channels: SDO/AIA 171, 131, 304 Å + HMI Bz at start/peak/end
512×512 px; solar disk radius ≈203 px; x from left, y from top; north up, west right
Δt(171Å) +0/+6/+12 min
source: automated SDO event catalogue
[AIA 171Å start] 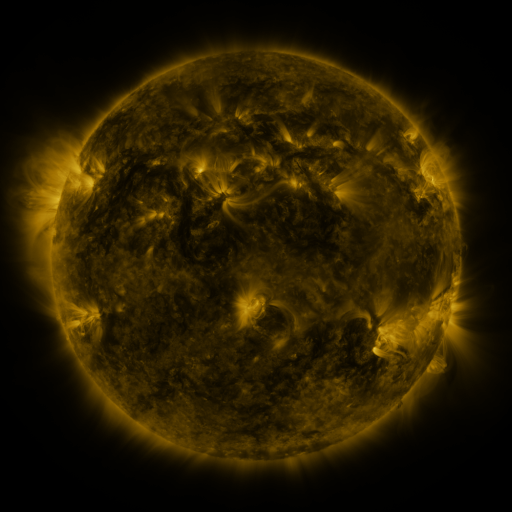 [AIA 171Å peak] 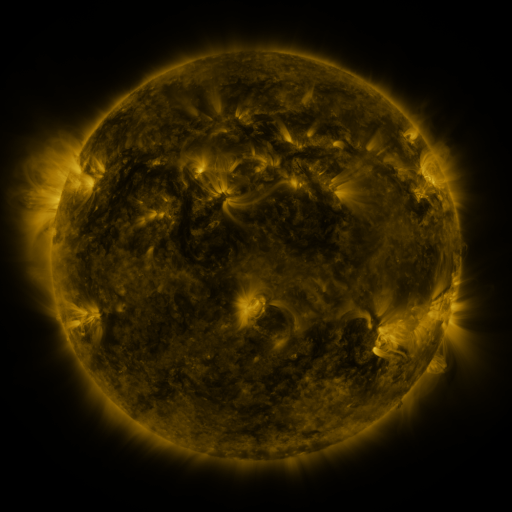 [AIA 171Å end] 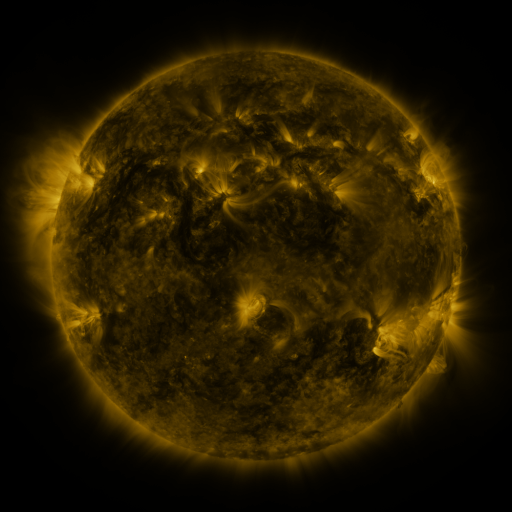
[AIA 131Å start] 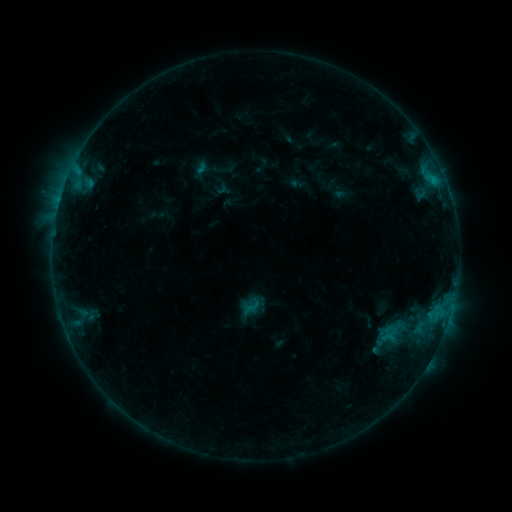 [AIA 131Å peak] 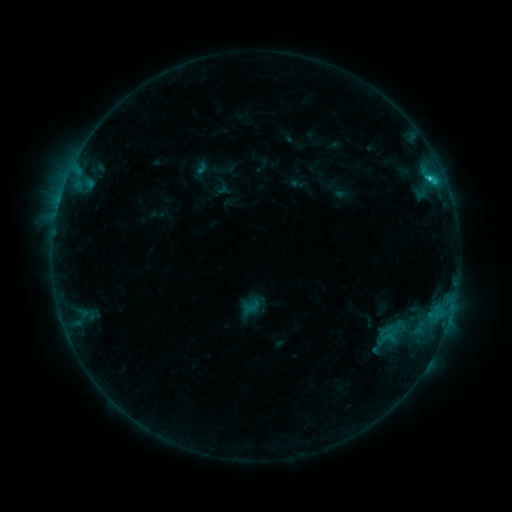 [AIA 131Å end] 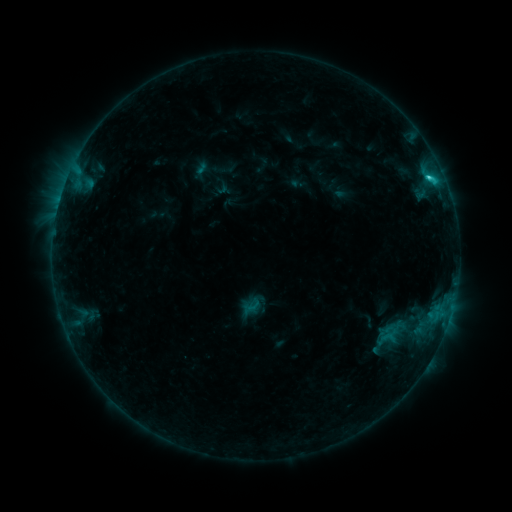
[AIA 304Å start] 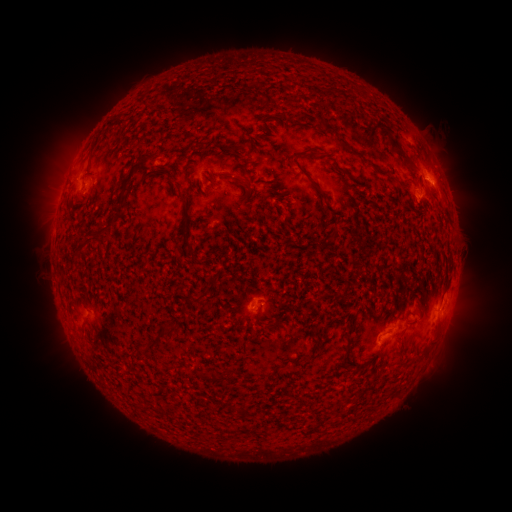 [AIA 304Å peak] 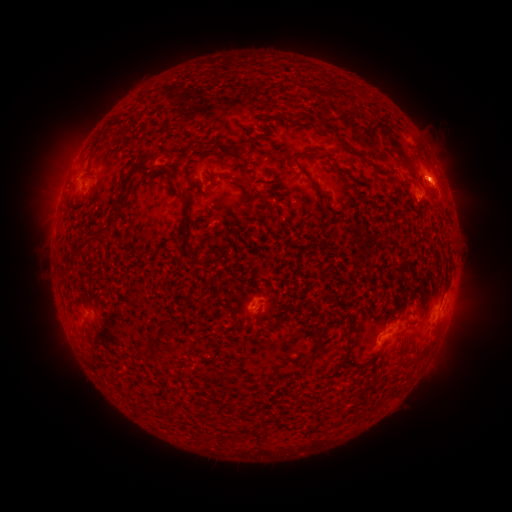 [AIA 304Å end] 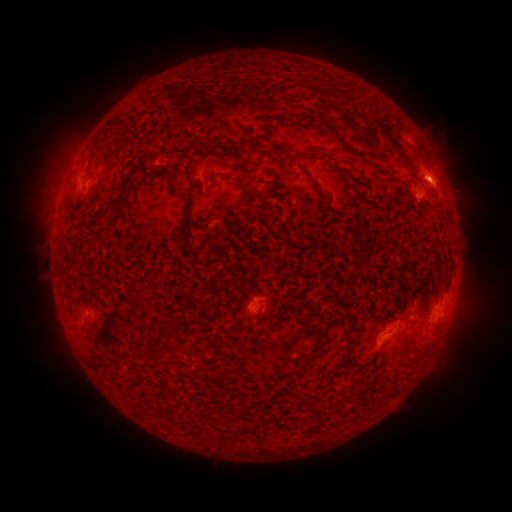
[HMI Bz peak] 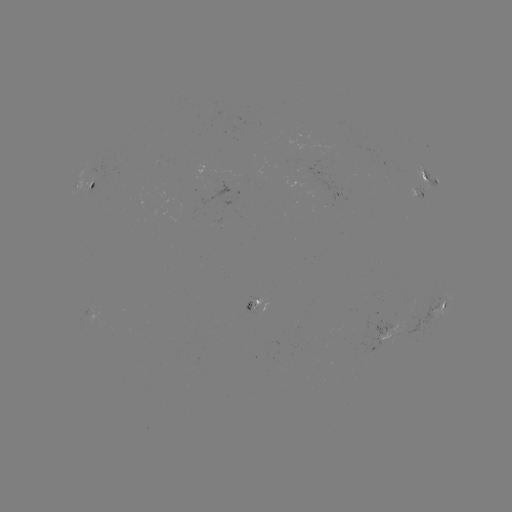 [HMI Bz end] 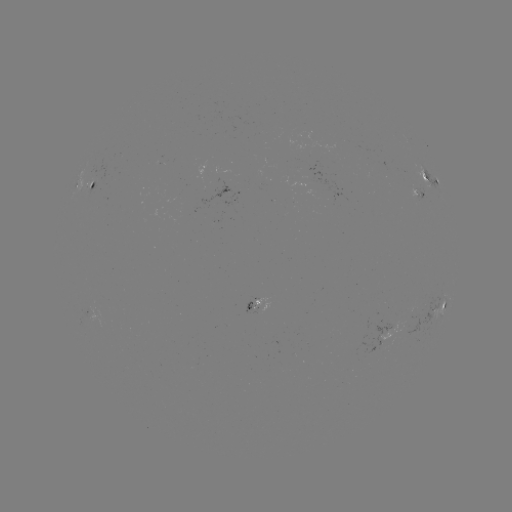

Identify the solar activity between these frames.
C1.7 flare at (427, 180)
